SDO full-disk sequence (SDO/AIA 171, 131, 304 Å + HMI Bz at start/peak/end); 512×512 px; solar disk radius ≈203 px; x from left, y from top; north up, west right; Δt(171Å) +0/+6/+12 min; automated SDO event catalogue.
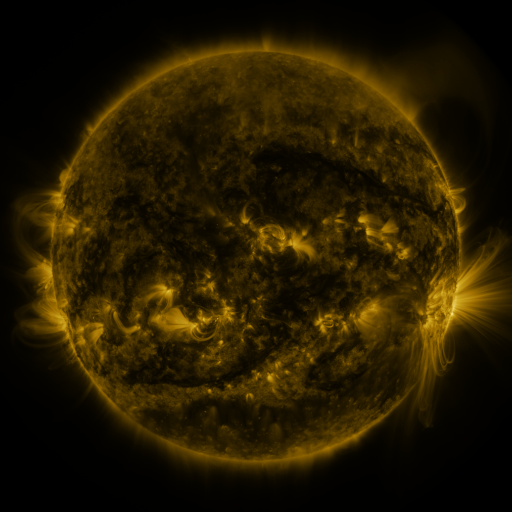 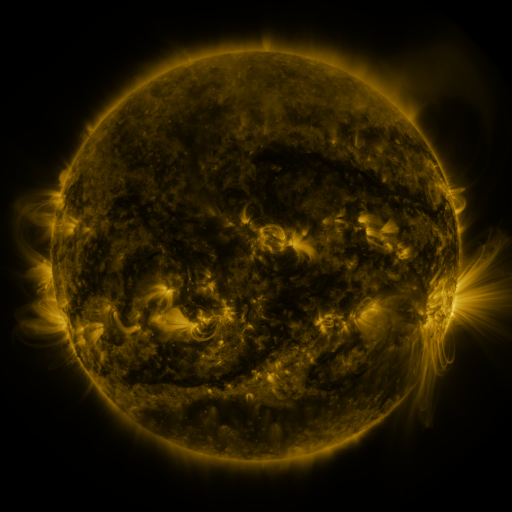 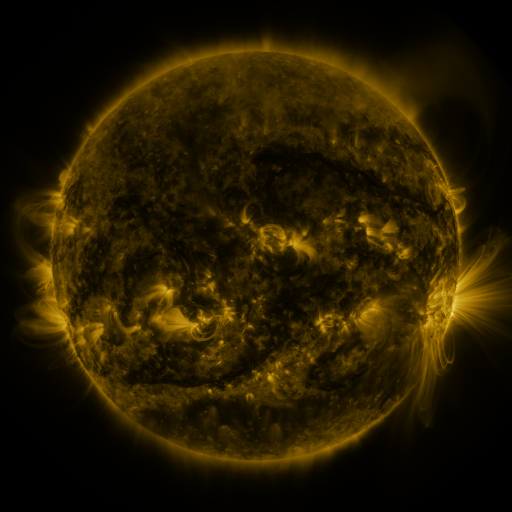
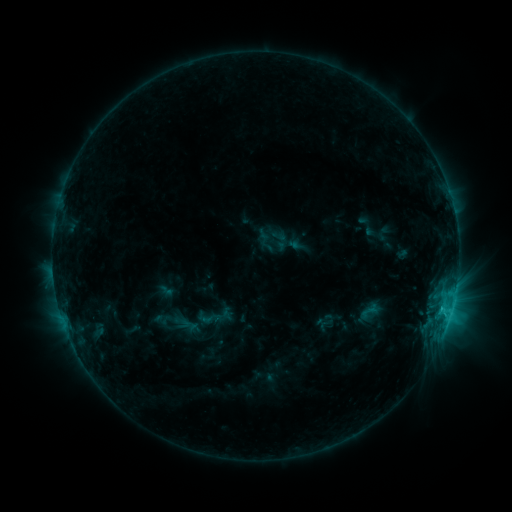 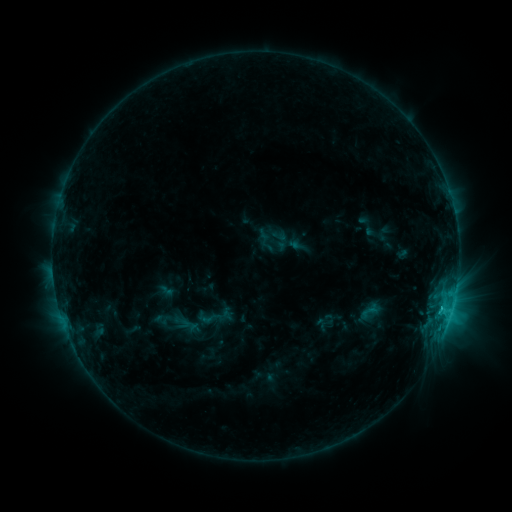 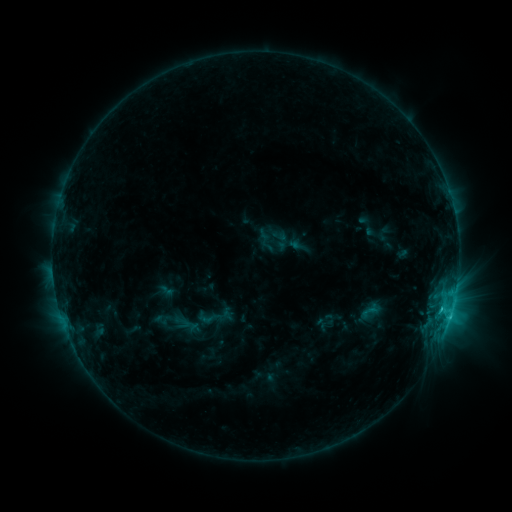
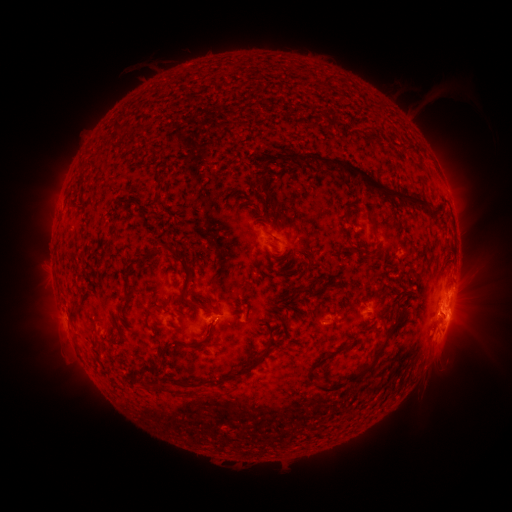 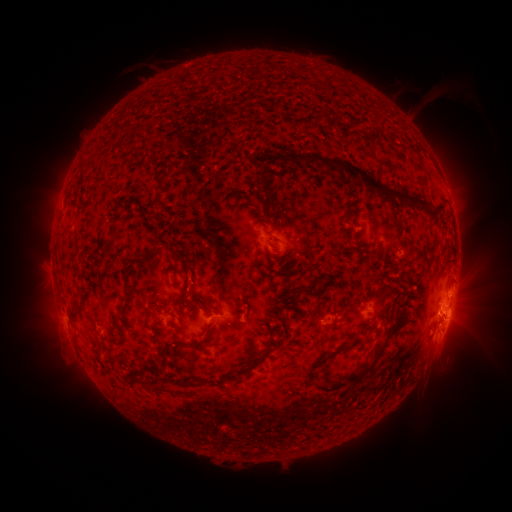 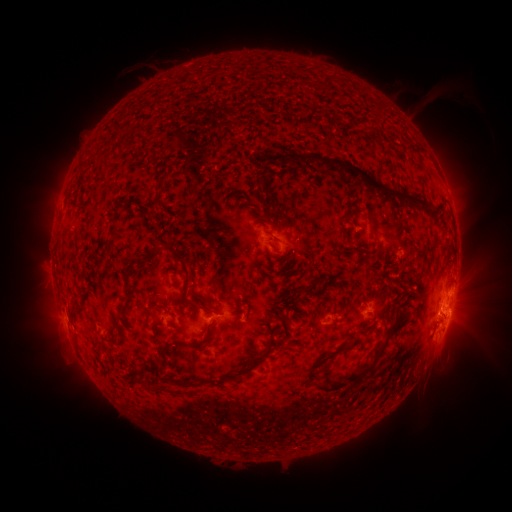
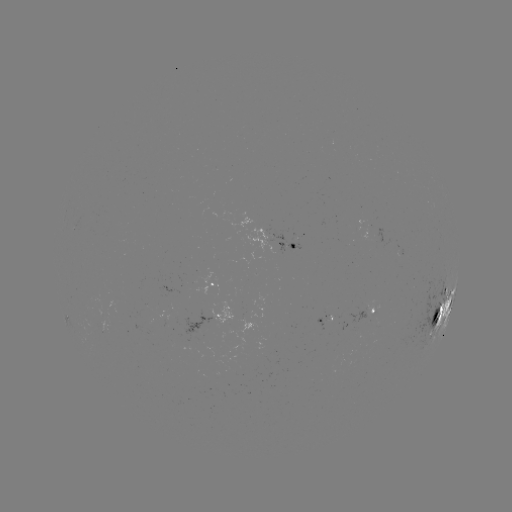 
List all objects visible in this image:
C3.3 flare: (438, 326)
